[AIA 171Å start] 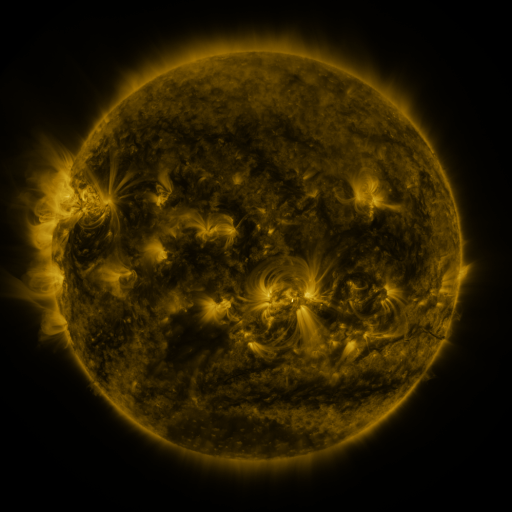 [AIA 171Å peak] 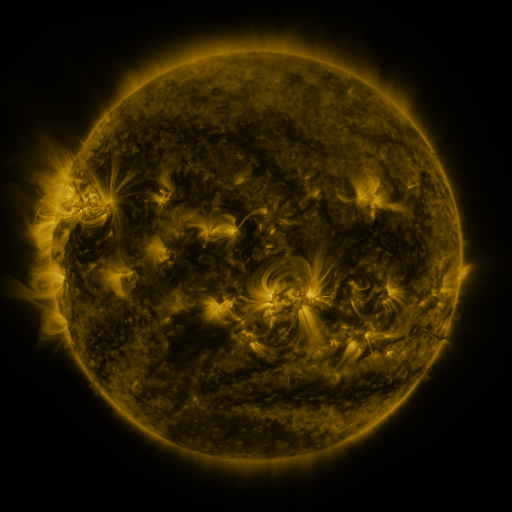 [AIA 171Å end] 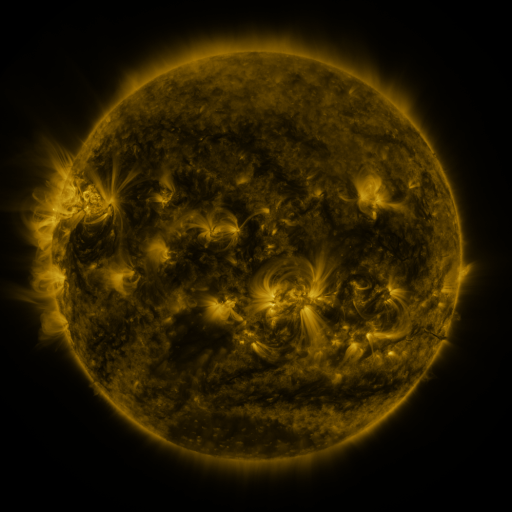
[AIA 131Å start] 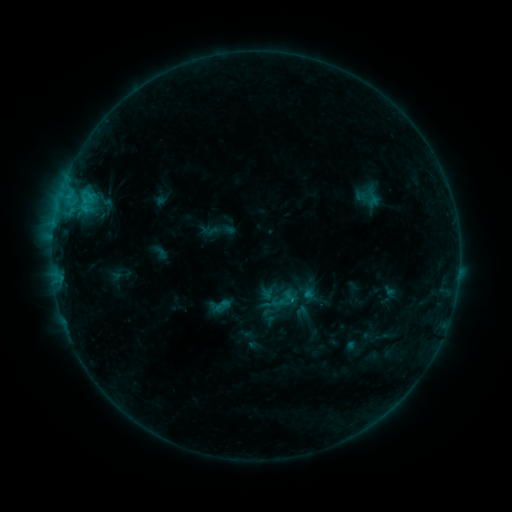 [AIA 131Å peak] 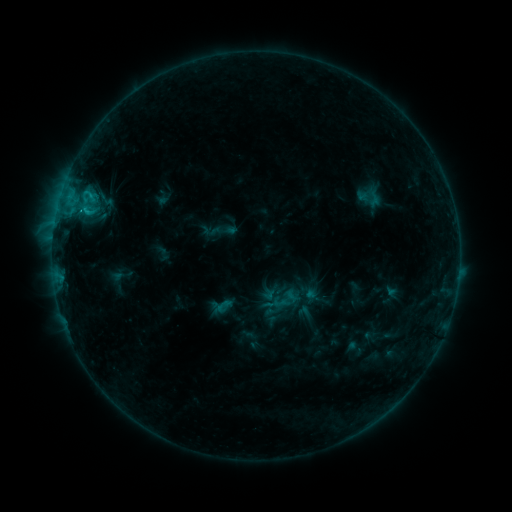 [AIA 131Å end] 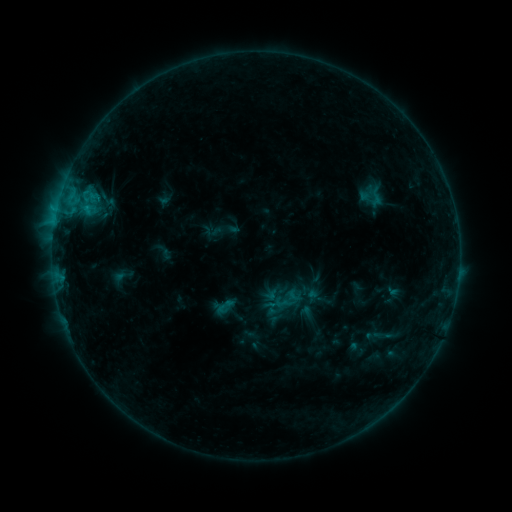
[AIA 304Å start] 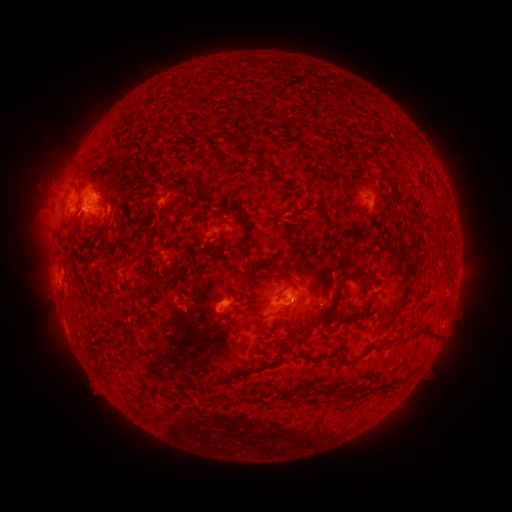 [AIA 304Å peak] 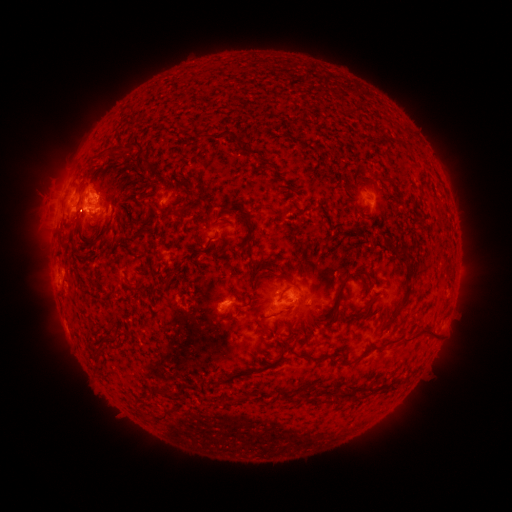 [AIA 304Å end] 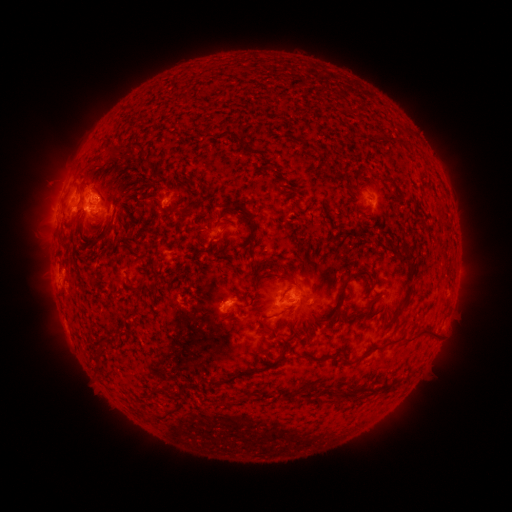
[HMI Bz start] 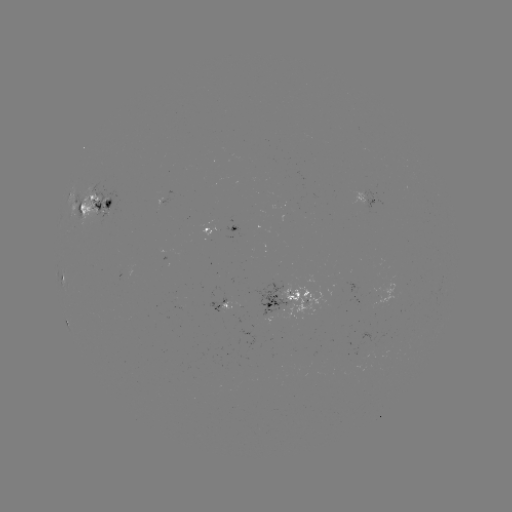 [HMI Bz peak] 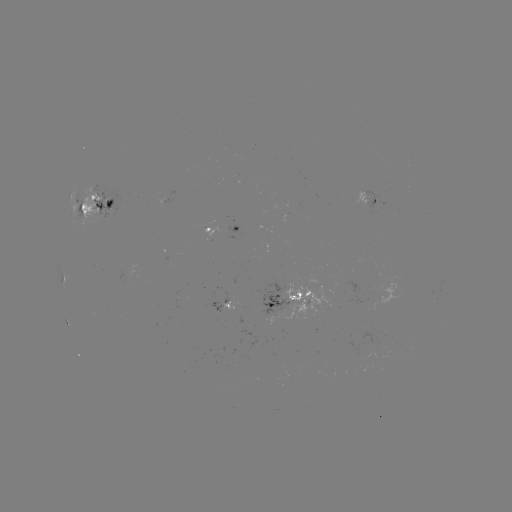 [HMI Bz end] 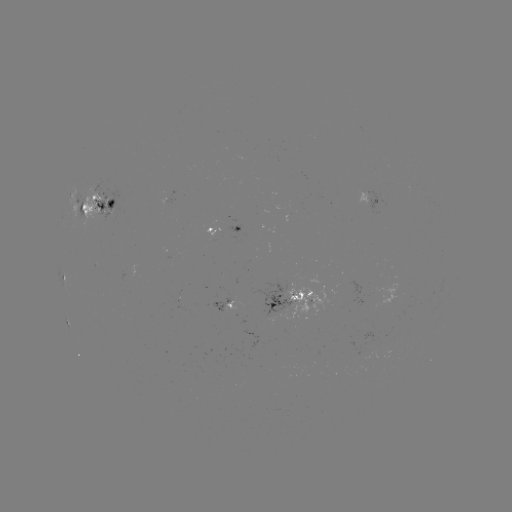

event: filament eruption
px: (29, 195)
